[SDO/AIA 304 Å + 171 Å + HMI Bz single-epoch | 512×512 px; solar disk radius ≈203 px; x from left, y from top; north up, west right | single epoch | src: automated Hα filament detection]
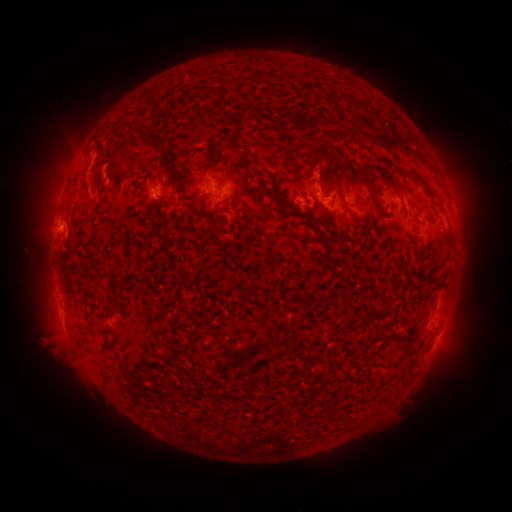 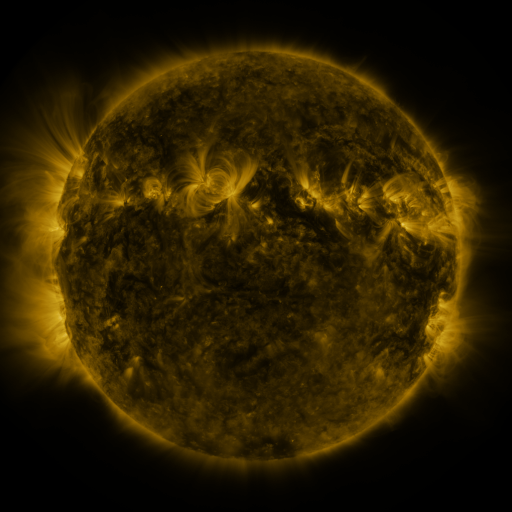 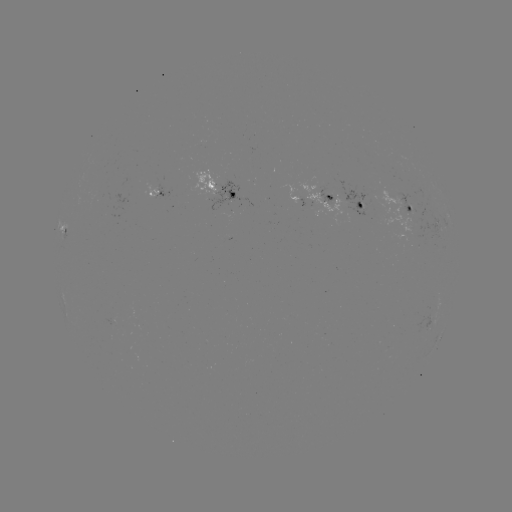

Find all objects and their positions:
filament: (139, 130, 165, 152)
filament: (332, 130, 351, 143)
filament: (309, 137, 327, 167)
filament: (228, 139, 239, 148)
filament: (269, 149, 280, 165)
filament: (163, 166, 173, 174)
filament: (375, 166, 398, 192)
filament: (402, 171, 422, 180)
filament: (362, 175, 383, 211)
filament: (315, 179, 323, 197)
filament: (341, 202, 357, 223)
filament: (198, 205, 212, 218)
filament: (319, 235, 334, 264)
